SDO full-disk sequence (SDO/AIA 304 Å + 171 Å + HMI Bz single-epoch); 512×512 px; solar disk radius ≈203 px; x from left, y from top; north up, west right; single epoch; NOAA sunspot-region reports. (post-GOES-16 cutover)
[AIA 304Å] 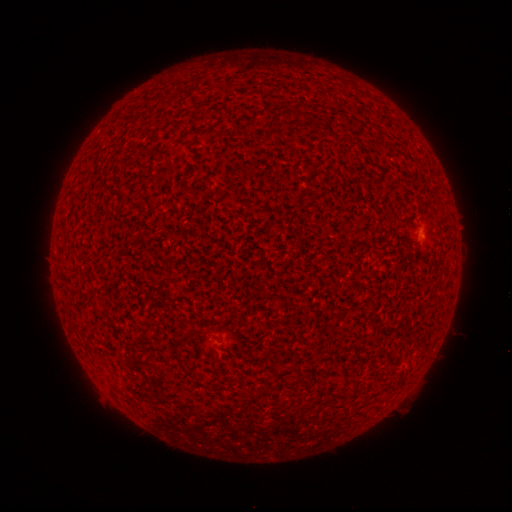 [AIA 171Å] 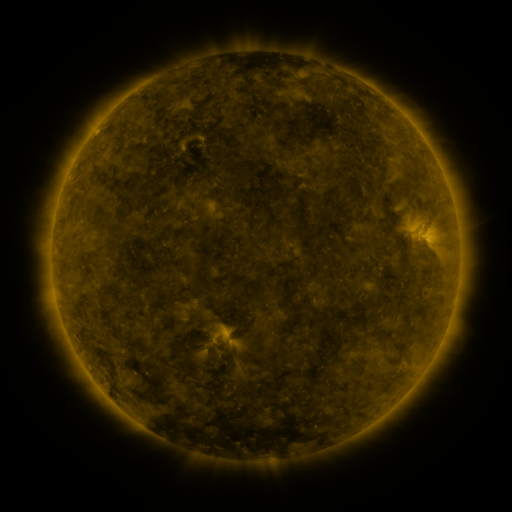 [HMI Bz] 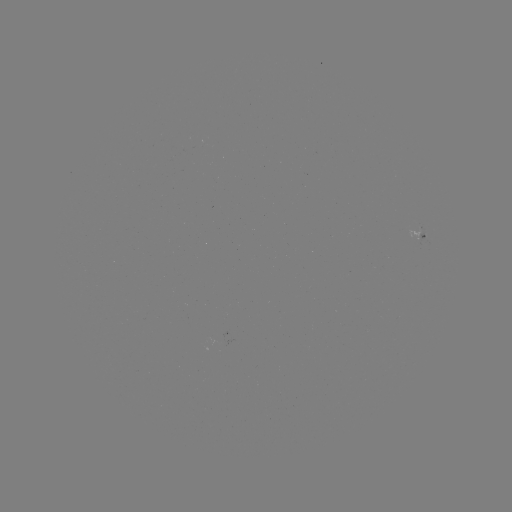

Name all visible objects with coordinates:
spotted active region: (424, 230)
